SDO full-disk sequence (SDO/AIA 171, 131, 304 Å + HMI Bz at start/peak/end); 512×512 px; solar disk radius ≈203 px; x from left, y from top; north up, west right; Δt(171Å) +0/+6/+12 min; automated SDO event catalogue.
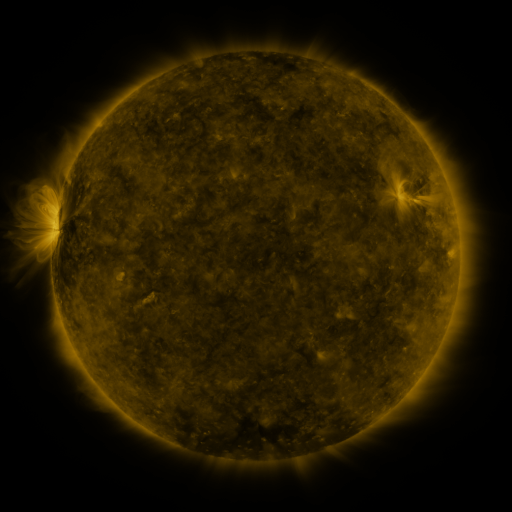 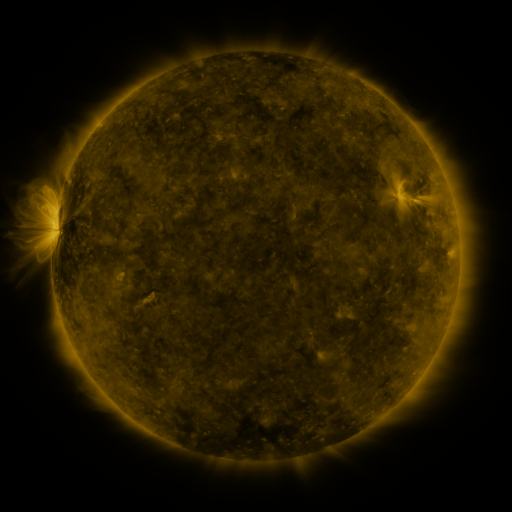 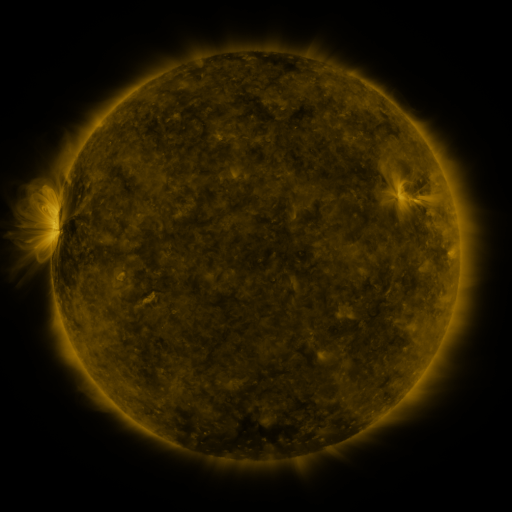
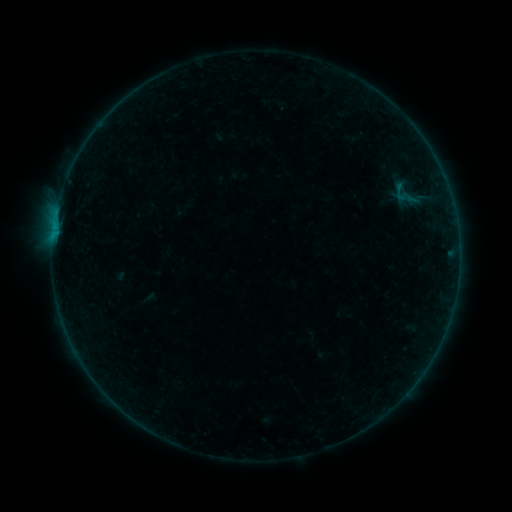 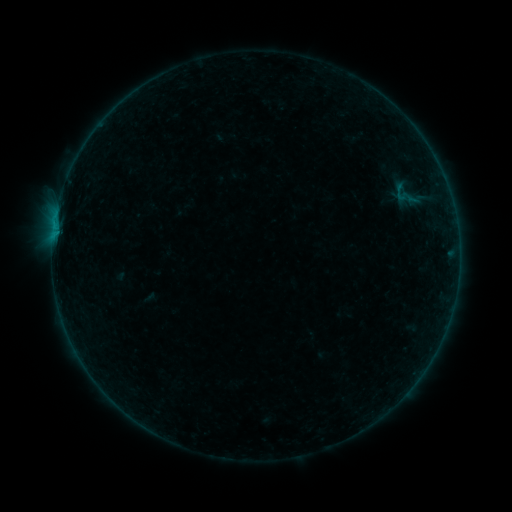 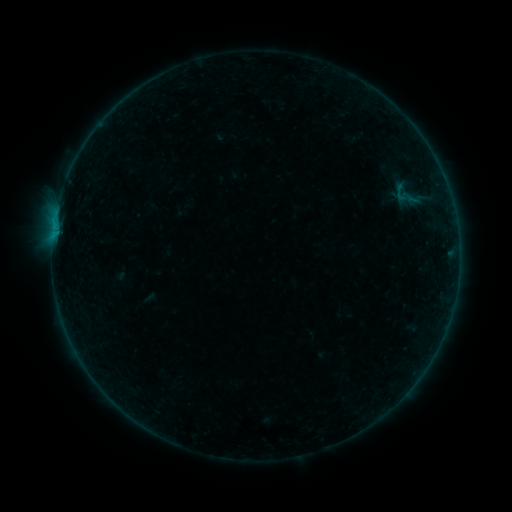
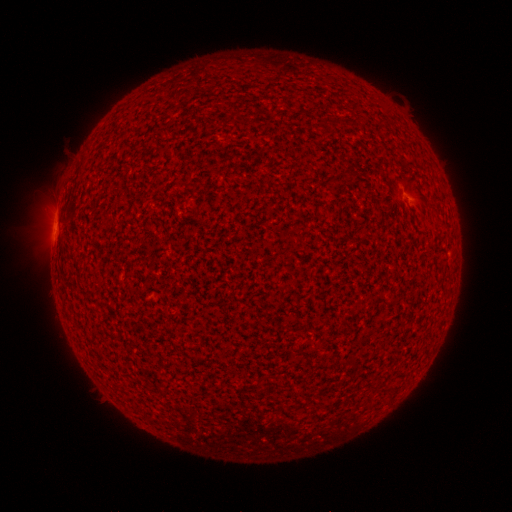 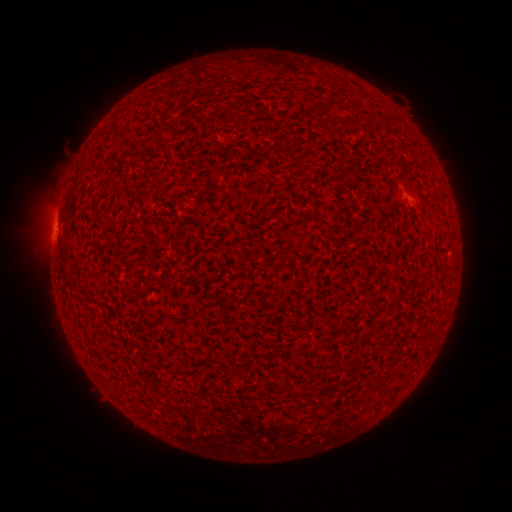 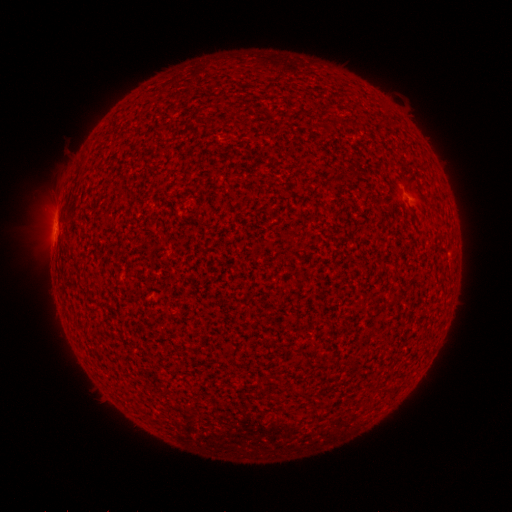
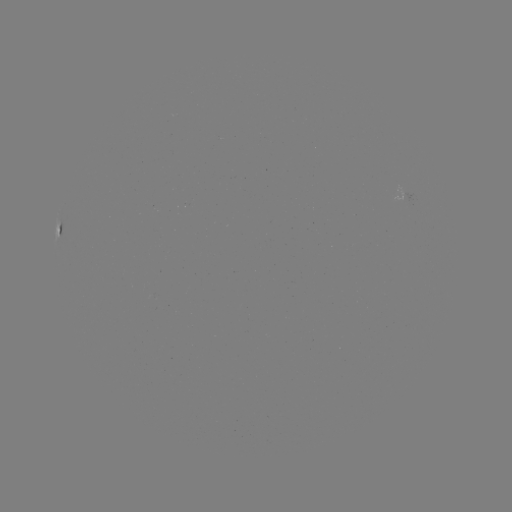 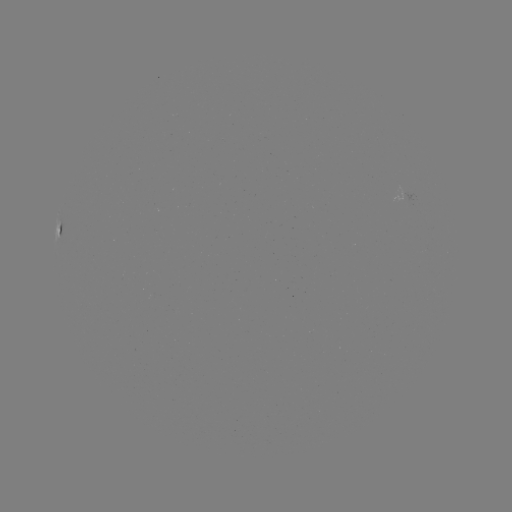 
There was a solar flare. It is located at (56, 220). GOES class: B1.2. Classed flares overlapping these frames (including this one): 1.